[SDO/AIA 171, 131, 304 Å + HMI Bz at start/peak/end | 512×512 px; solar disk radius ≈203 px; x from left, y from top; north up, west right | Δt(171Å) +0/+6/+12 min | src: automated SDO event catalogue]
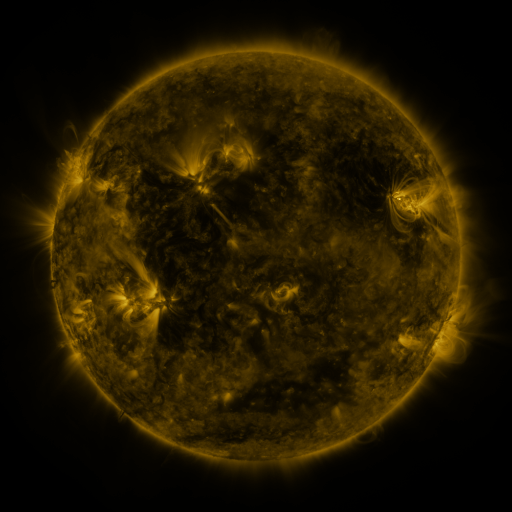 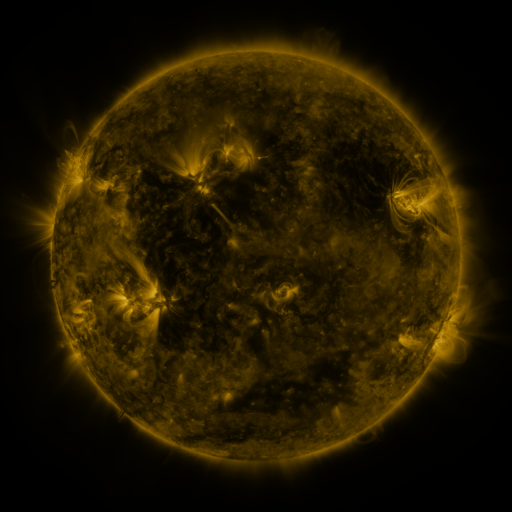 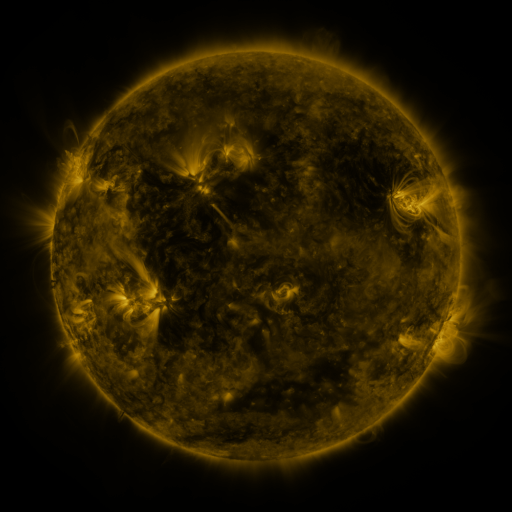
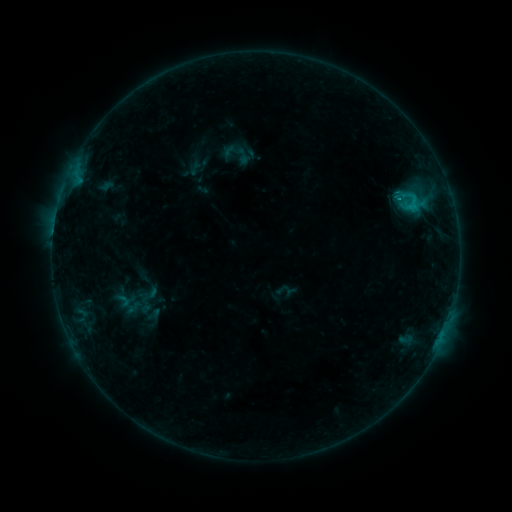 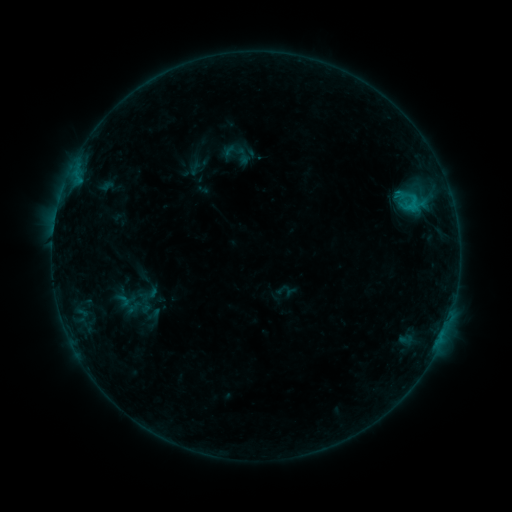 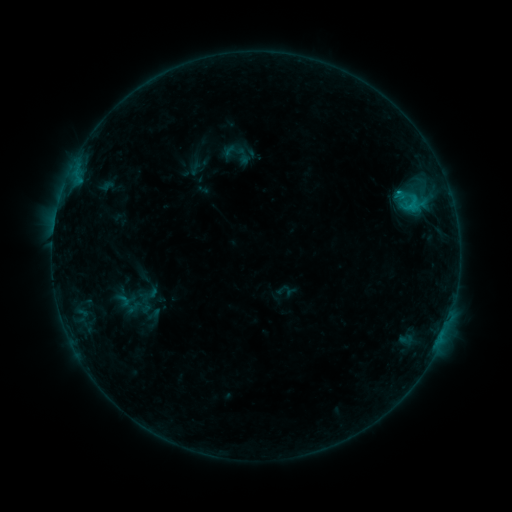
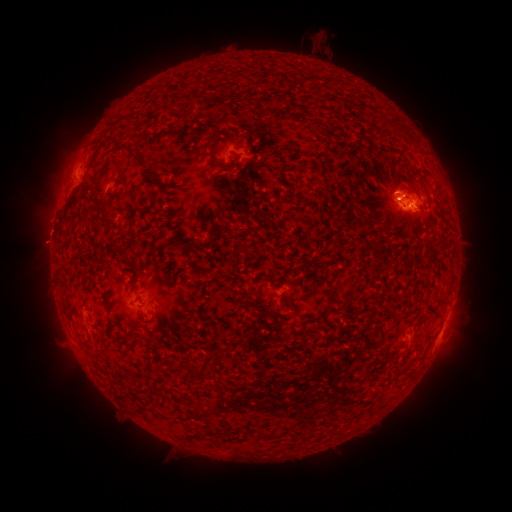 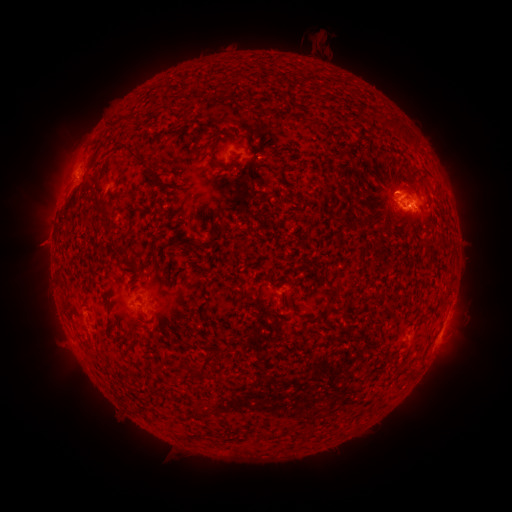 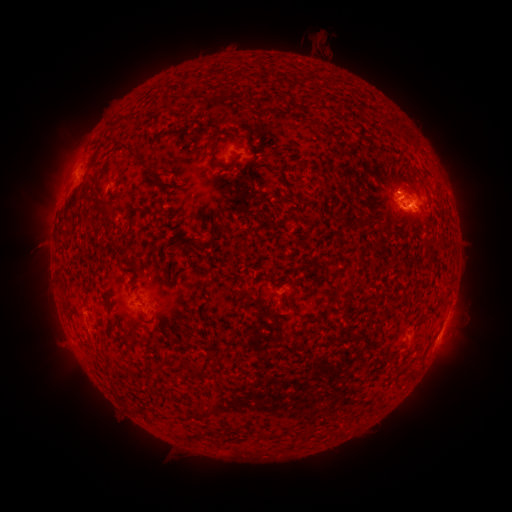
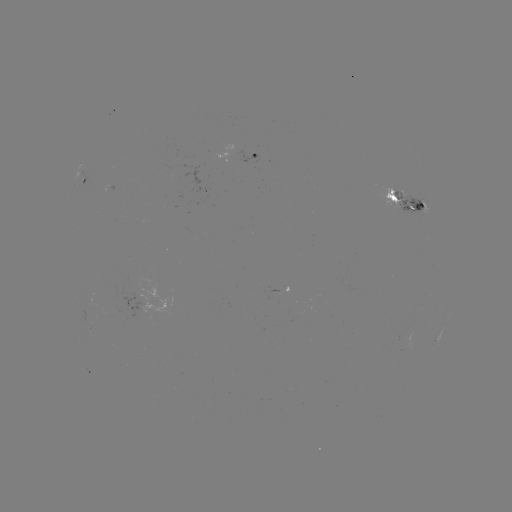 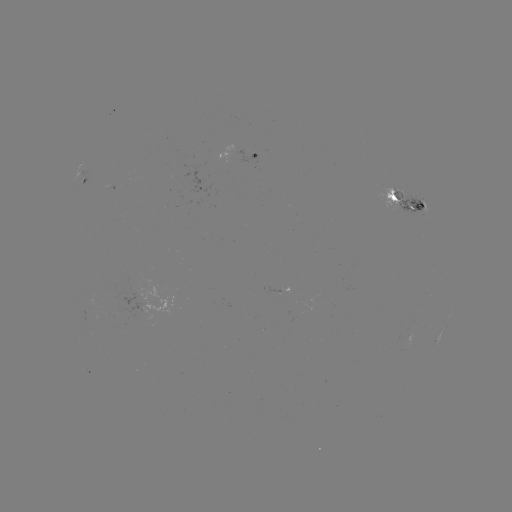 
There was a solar flare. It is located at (395, 195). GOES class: C1.4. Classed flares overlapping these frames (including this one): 1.